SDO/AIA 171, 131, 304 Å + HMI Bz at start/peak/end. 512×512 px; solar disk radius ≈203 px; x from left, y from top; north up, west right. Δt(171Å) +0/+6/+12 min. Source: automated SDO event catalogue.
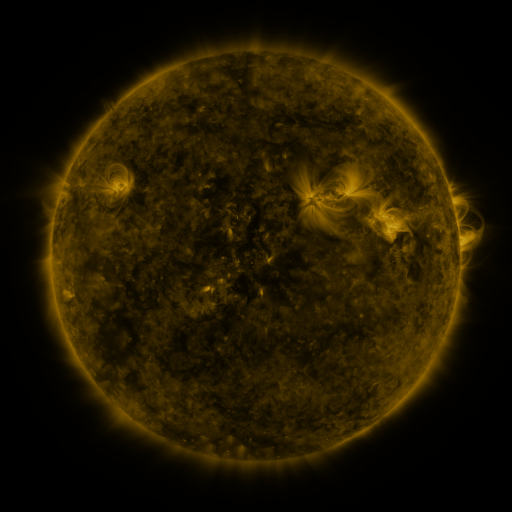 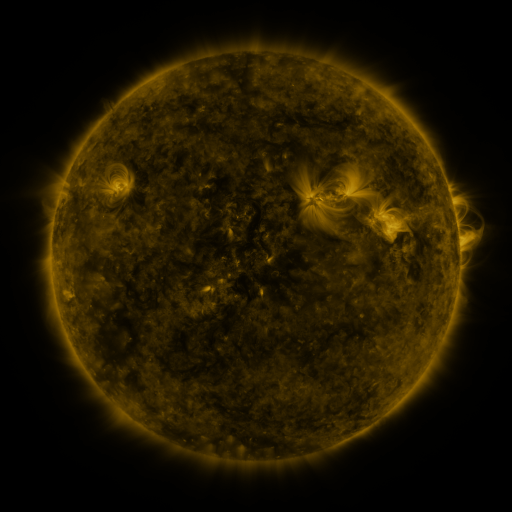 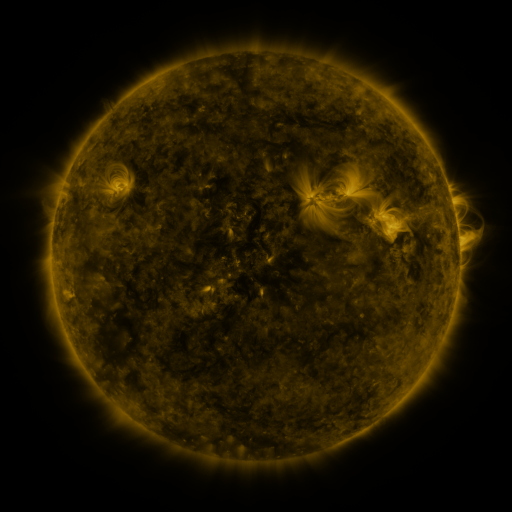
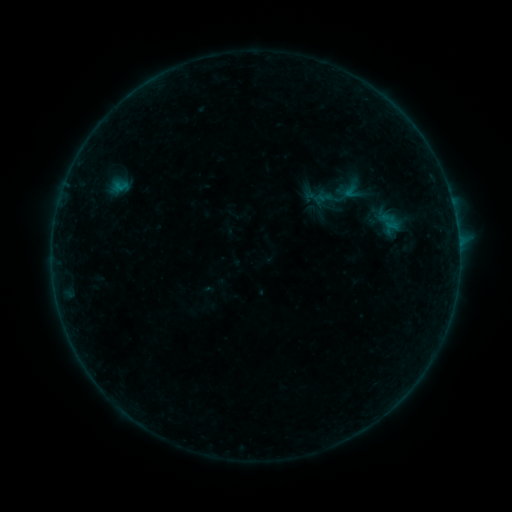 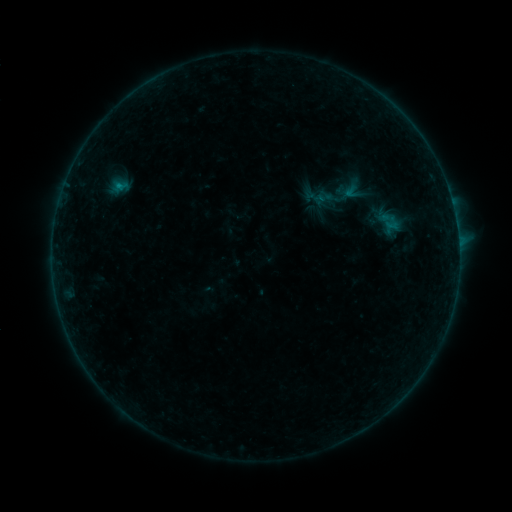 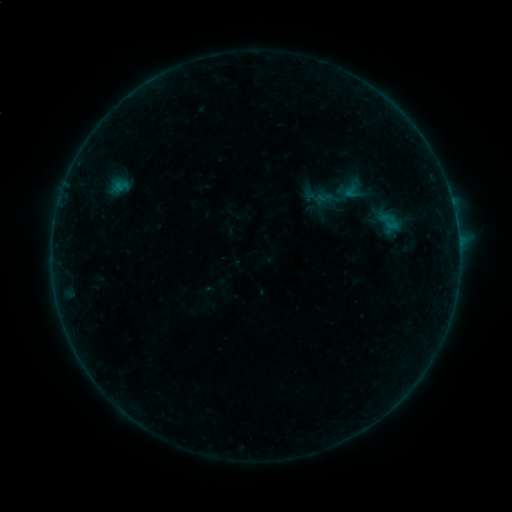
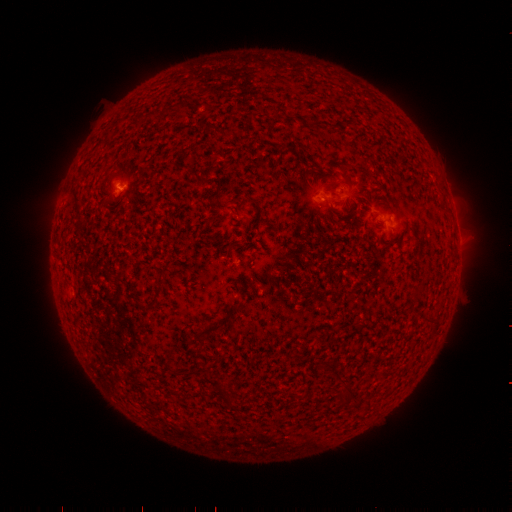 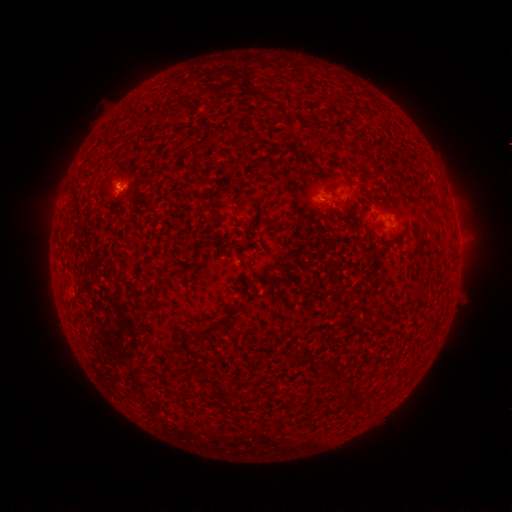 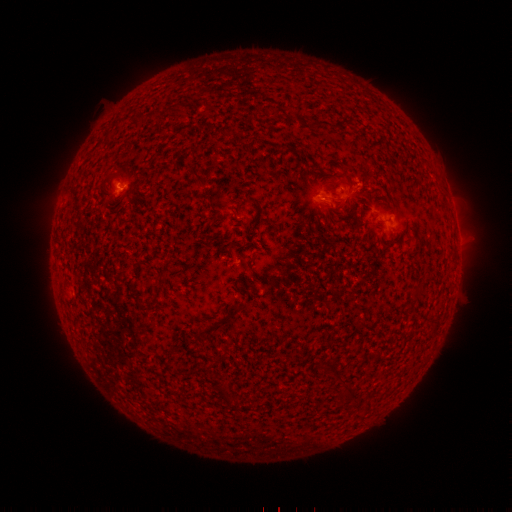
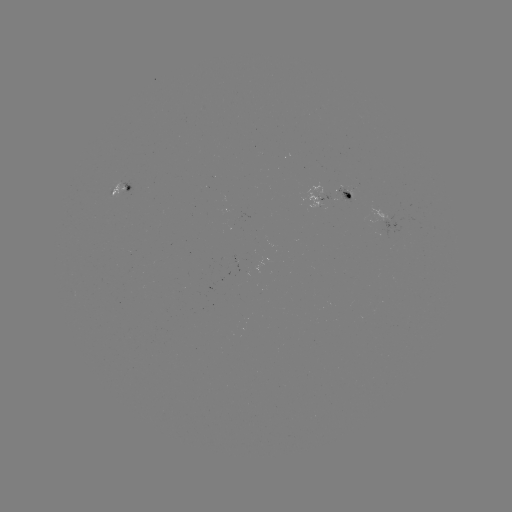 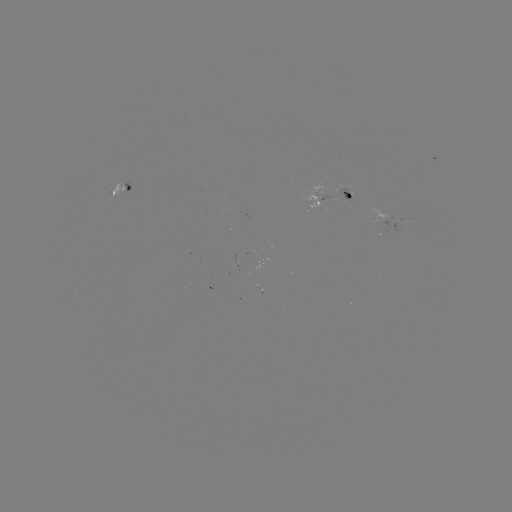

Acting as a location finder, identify B2.2 flare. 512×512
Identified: (119, 186).